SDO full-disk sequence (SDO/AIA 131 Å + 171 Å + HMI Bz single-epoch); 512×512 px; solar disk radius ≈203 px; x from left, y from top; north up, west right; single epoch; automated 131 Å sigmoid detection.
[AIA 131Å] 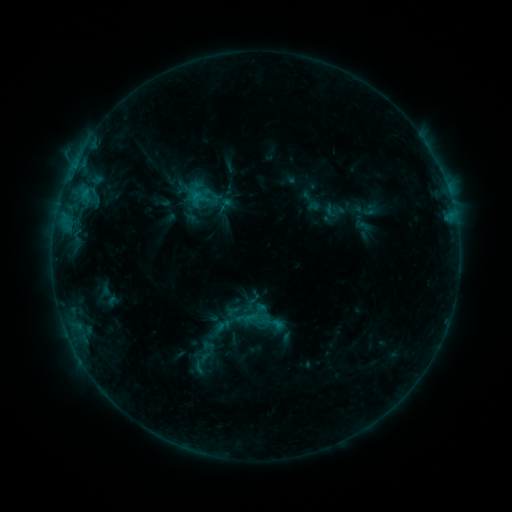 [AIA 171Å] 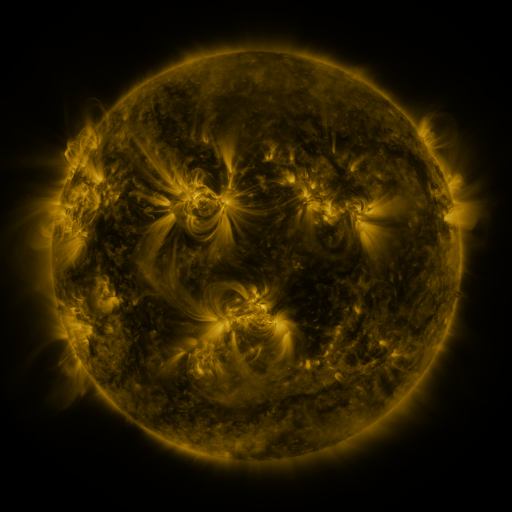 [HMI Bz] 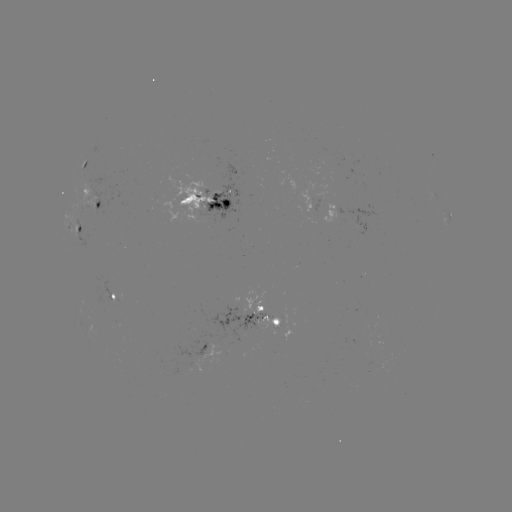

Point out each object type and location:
sigmoid: [216, 196, 233, 213]
